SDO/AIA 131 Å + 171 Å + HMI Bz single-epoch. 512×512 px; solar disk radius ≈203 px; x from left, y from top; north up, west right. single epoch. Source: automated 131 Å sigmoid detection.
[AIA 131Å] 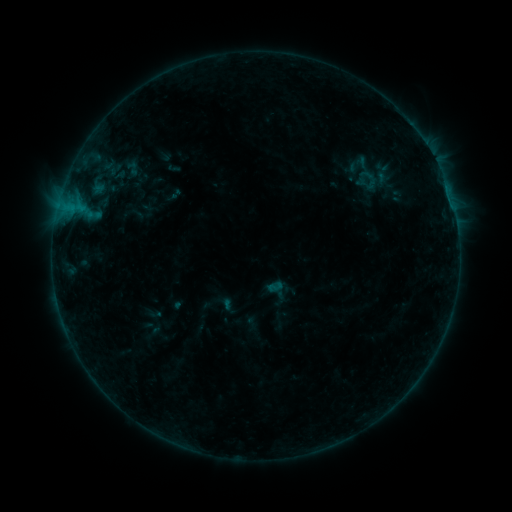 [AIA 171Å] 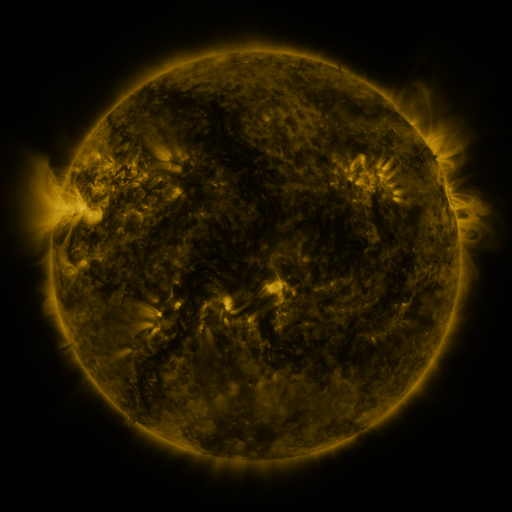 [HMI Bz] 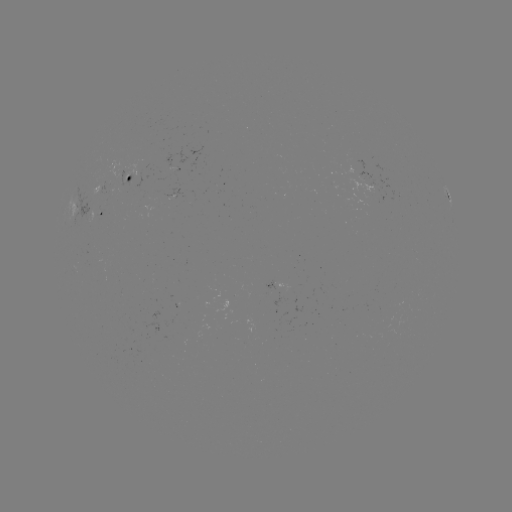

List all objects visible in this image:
sigmoid: (266, 278, 283, 296)
